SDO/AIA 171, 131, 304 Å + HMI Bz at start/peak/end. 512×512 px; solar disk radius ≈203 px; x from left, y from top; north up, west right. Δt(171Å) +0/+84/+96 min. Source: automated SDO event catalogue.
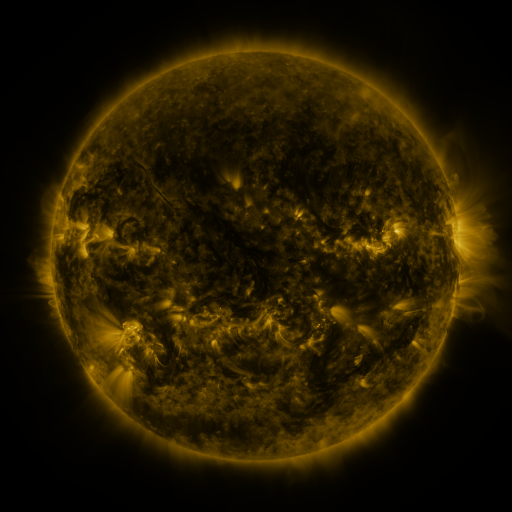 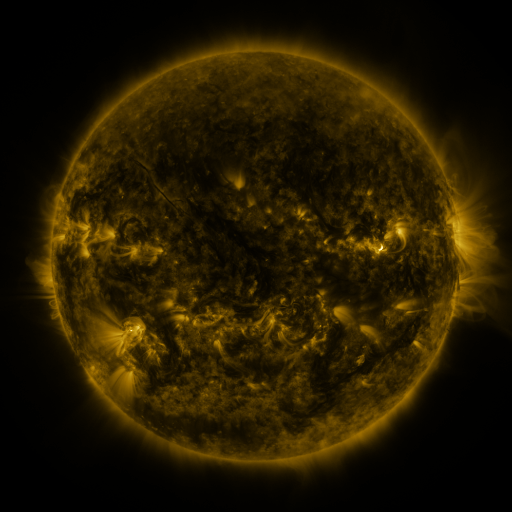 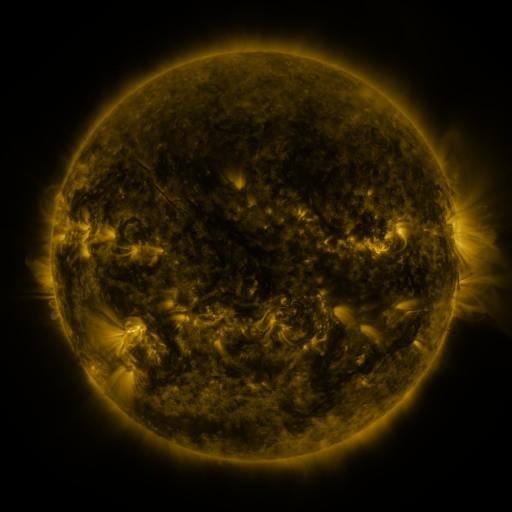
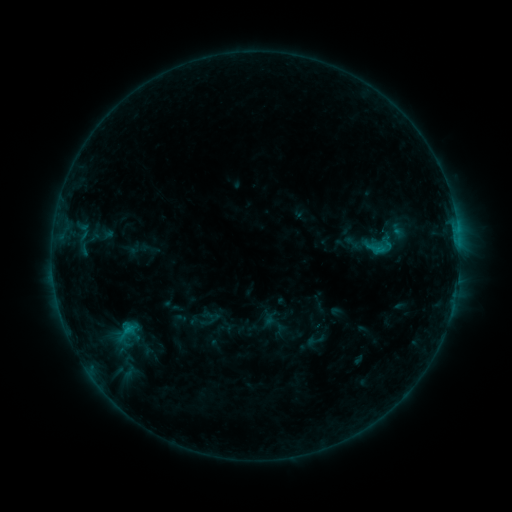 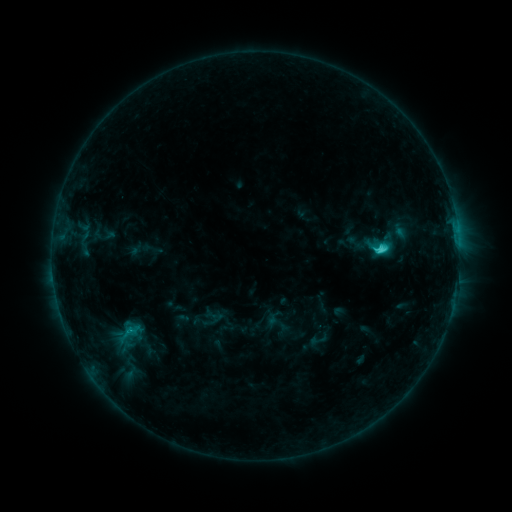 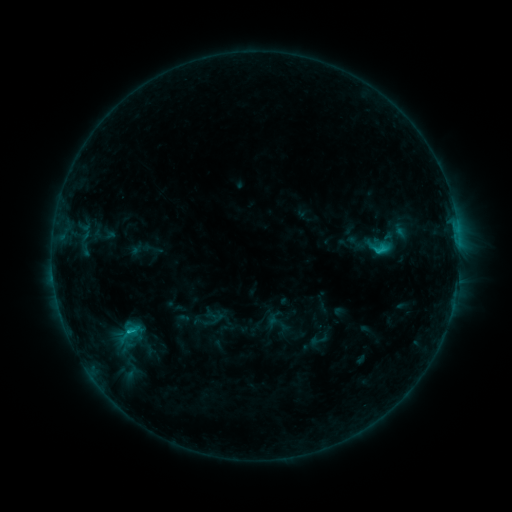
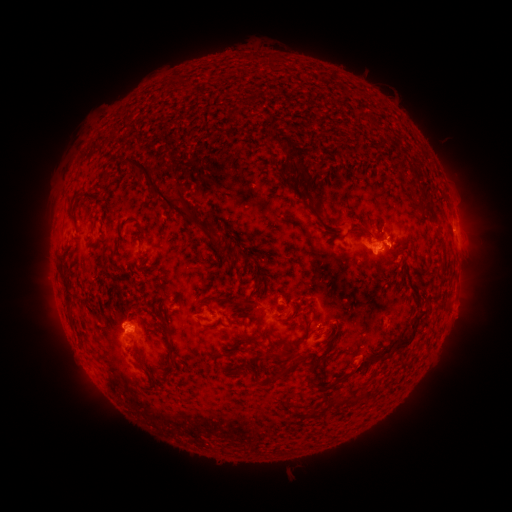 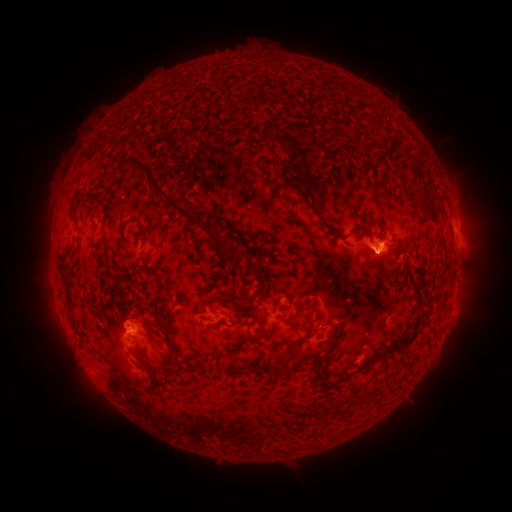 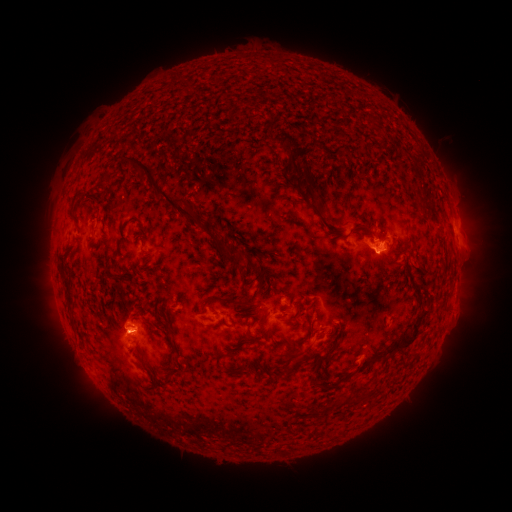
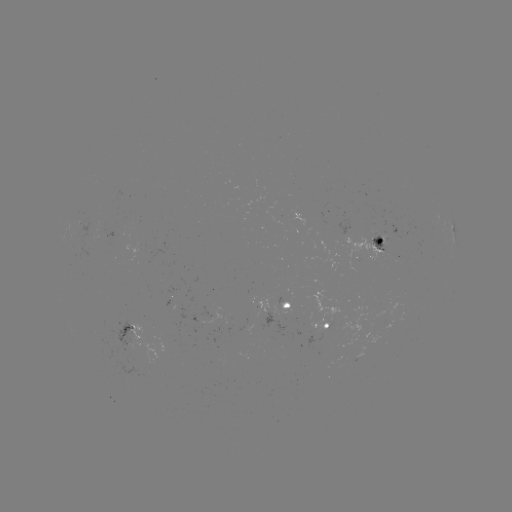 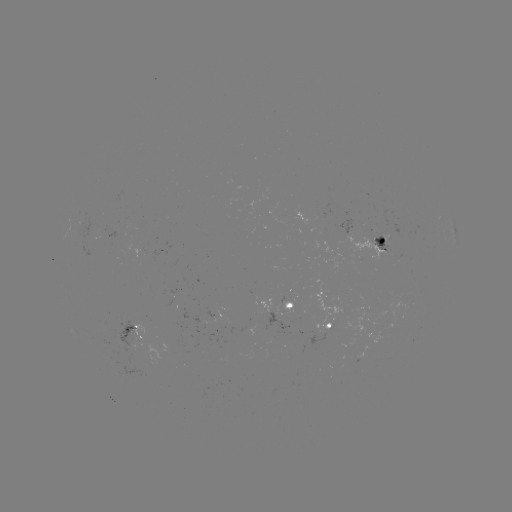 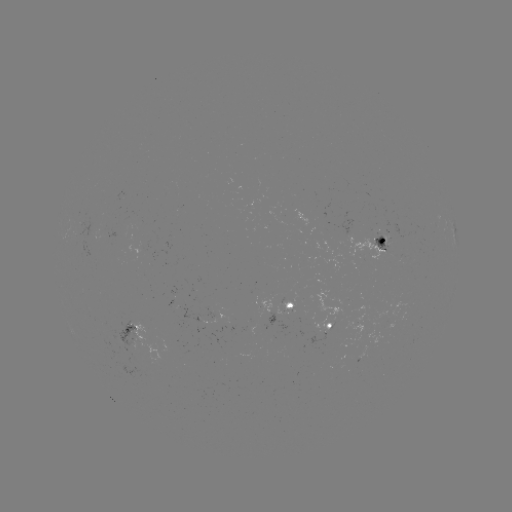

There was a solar emerging-flux region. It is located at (91, 234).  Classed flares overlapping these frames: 2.